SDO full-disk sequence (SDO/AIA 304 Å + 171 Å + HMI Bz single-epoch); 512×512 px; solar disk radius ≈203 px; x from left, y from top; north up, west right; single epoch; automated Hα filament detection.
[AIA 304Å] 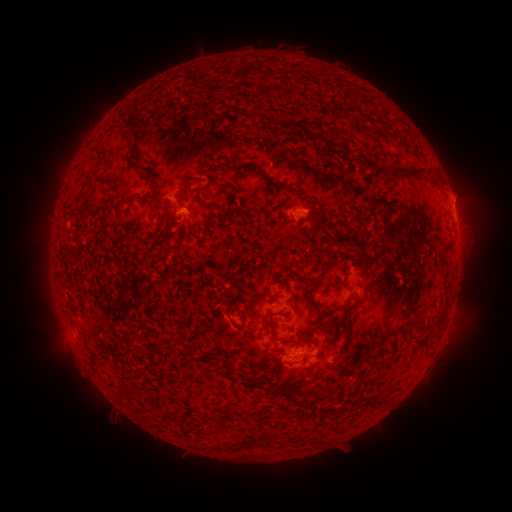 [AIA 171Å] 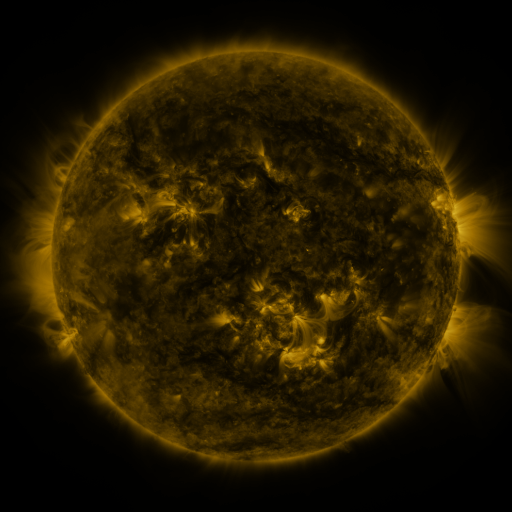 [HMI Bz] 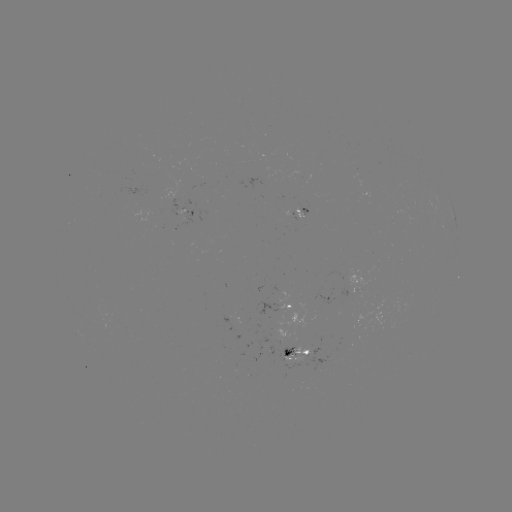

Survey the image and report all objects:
filament: [248, 110, 259, 122]
filament: [121, 128, 138, 161]
filament: [370, 164, 378, 174]
filament: [391, 166, 424, 180]
filament: [149, 177, 157, 190]
filament: [270, 178, 296, 193]
filament: [198, 186, 213, 196]
filament: [139, 195, 157, 205]
filament: [318, 224, 329, 239]
filament: [326, 233, 362, 250]
filament: [443, 242, 454, 250]
filament: [309, 296, 319, 312]
filament: [229, 312, 246, 329]
filament: [266, 315, 275, 333]
filament: [220, 354, 232, 370]
filament: [237, 370, 245, 380]
filament: [255, 378, 305, 398]
filament: [250, 413, 264, 421]
